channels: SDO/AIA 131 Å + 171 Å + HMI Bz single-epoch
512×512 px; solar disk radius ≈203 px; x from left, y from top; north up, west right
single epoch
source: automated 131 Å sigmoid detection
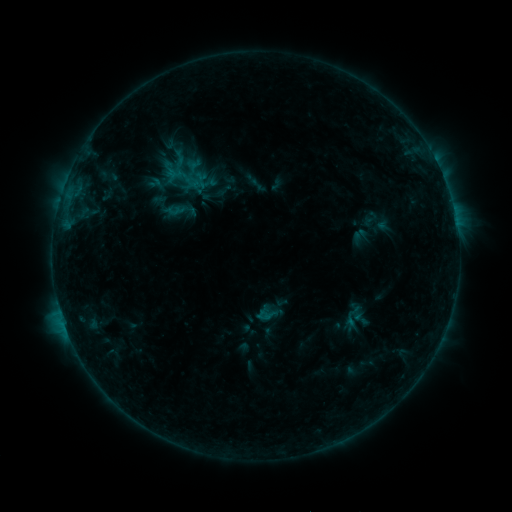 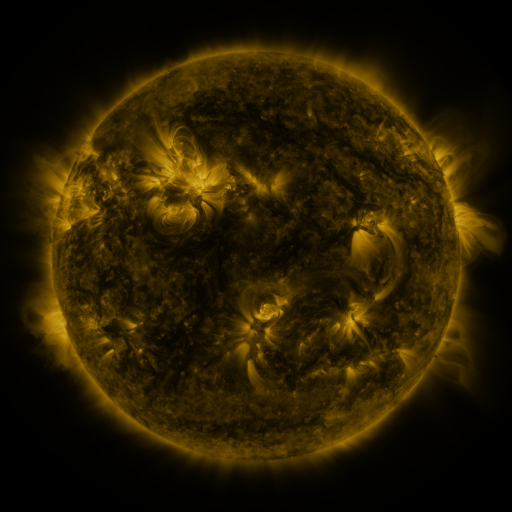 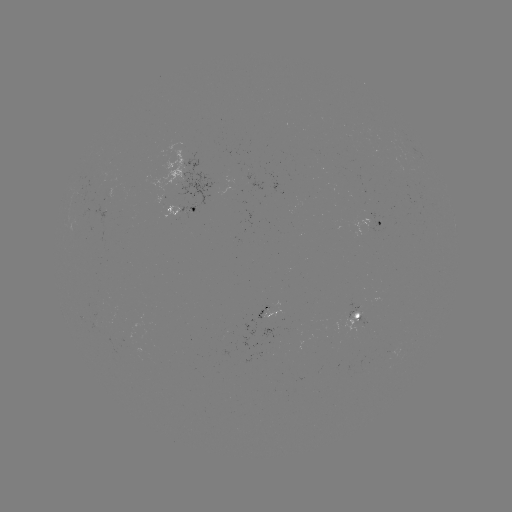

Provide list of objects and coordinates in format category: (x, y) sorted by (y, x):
sigmoid: (266, 313)
